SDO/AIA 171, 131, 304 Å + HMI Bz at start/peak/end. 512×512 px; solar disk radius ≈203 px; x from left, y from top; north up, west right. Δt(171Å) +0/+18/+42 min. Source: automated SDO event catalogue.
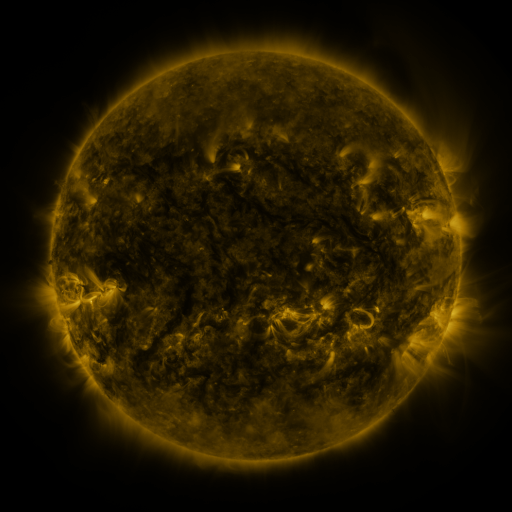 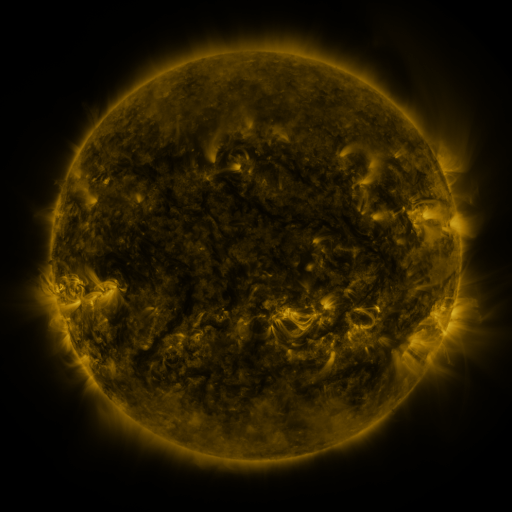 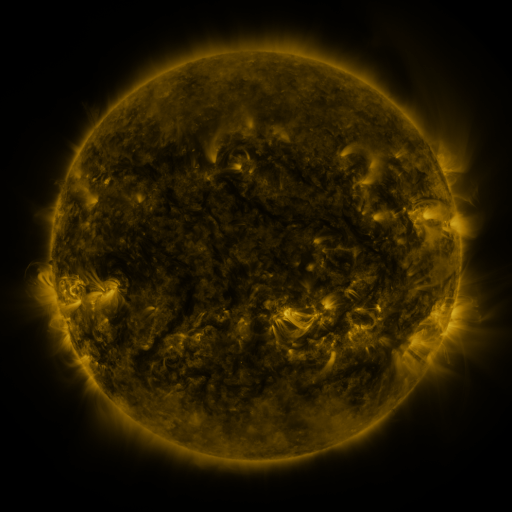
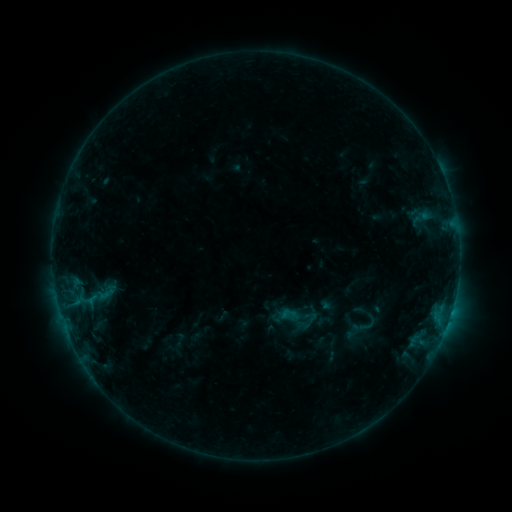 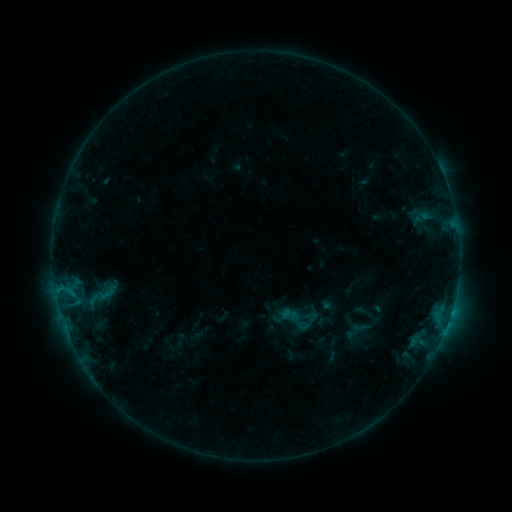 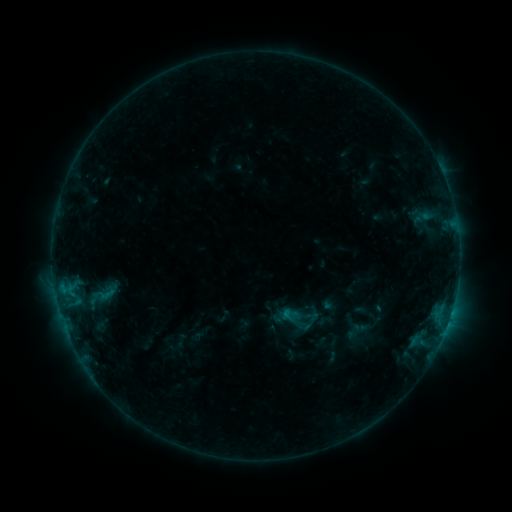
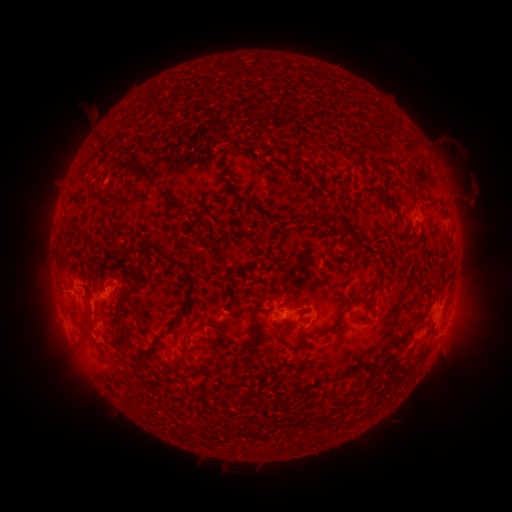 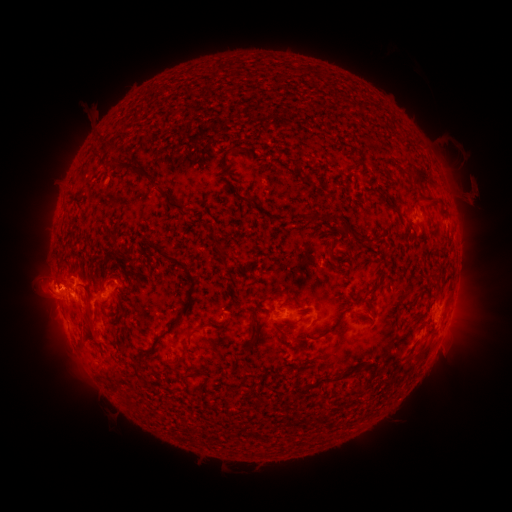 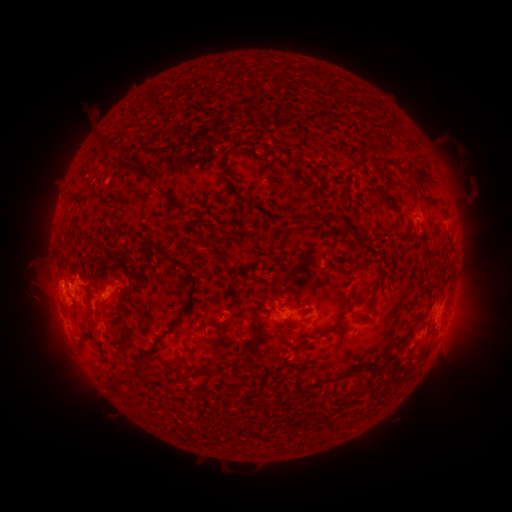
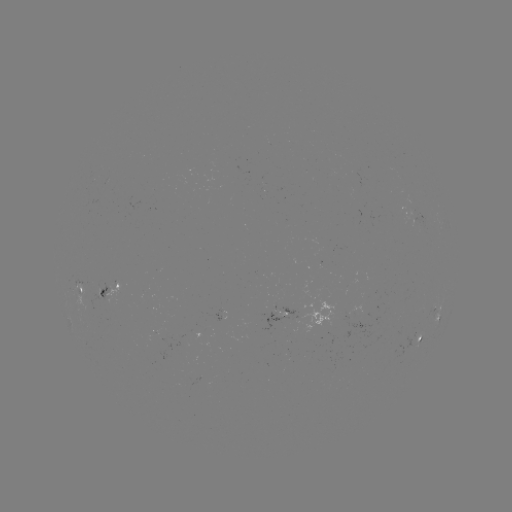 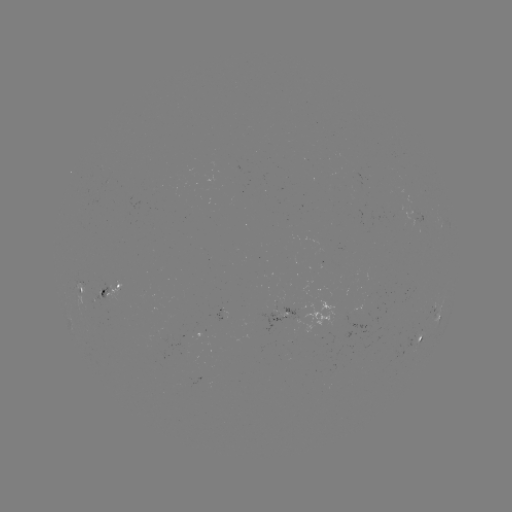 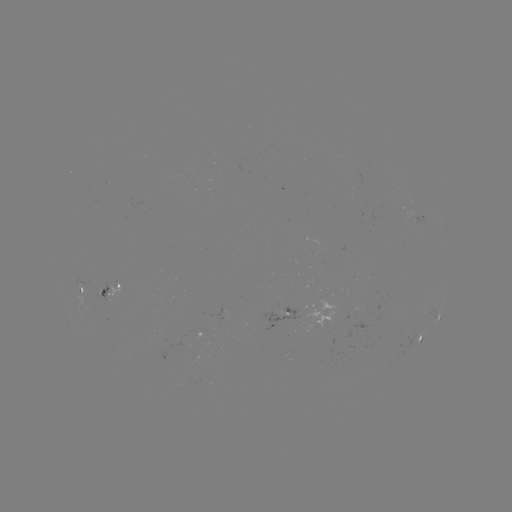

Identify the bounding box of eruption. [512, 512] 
[2, 247, 83, 355].